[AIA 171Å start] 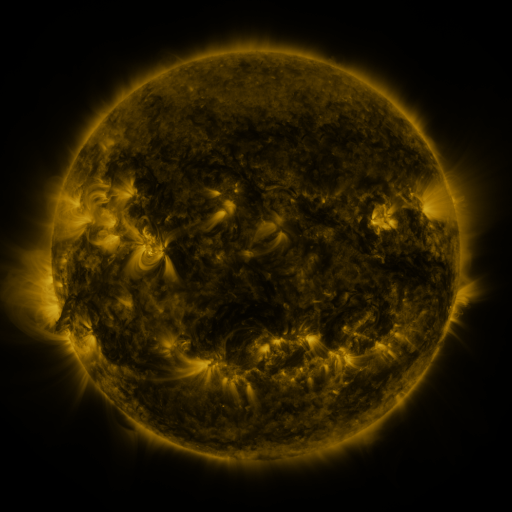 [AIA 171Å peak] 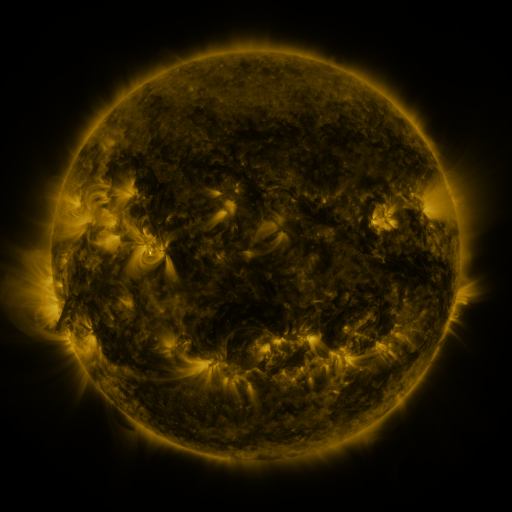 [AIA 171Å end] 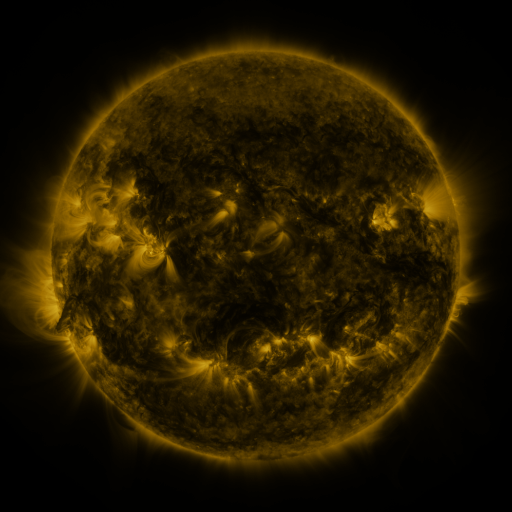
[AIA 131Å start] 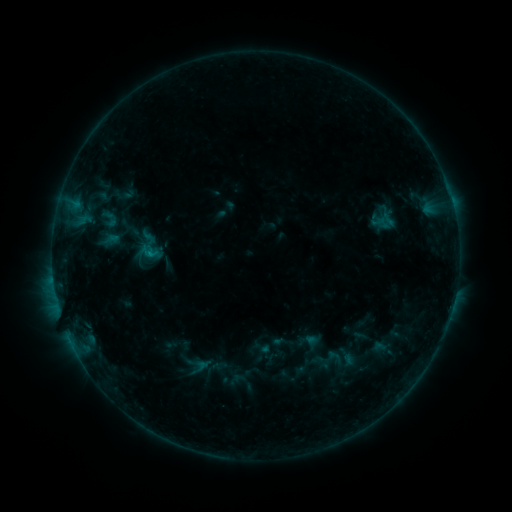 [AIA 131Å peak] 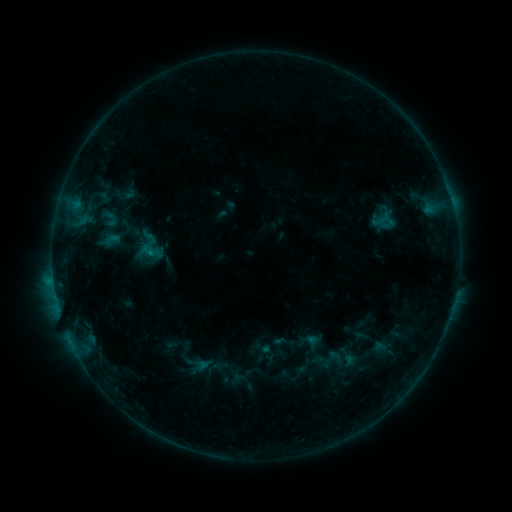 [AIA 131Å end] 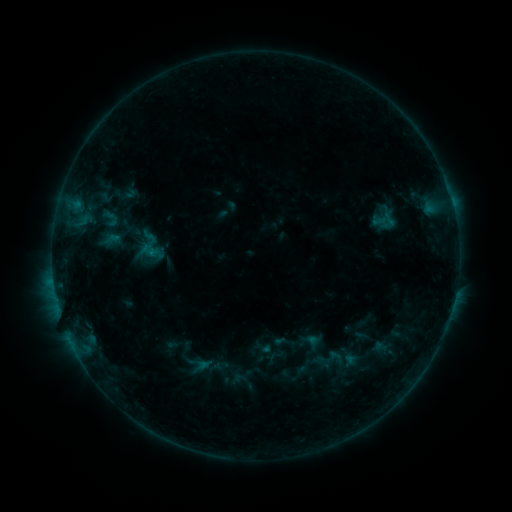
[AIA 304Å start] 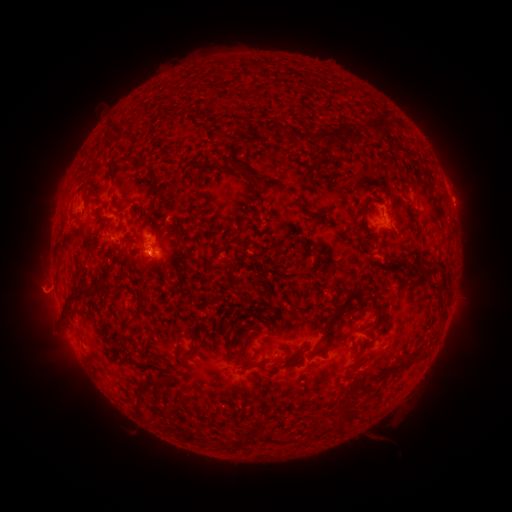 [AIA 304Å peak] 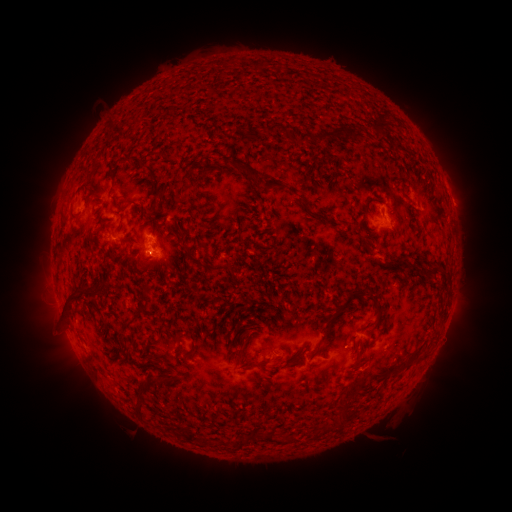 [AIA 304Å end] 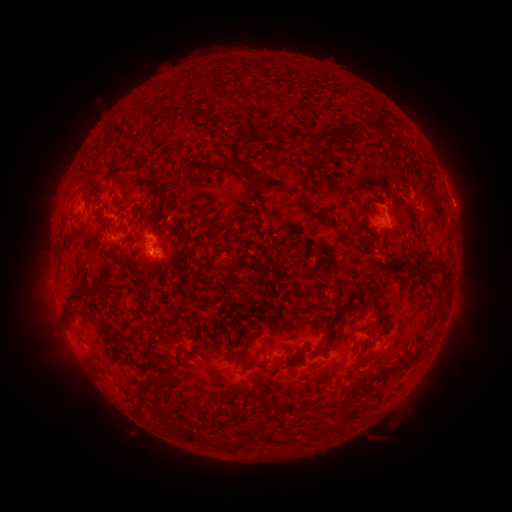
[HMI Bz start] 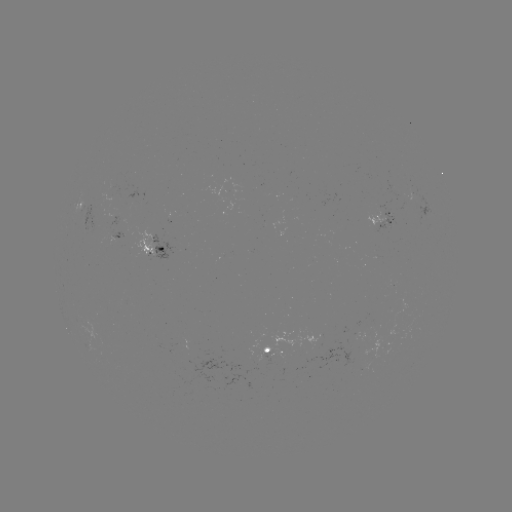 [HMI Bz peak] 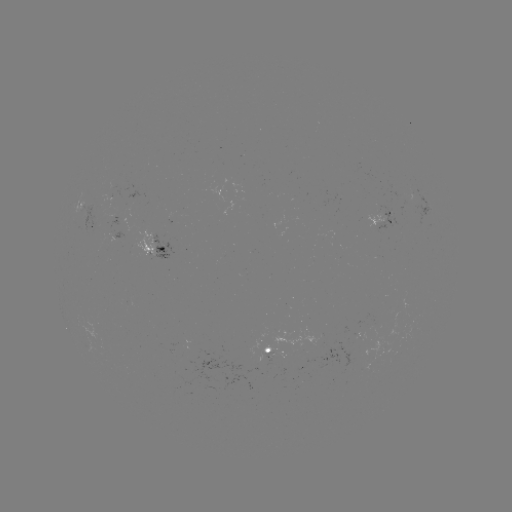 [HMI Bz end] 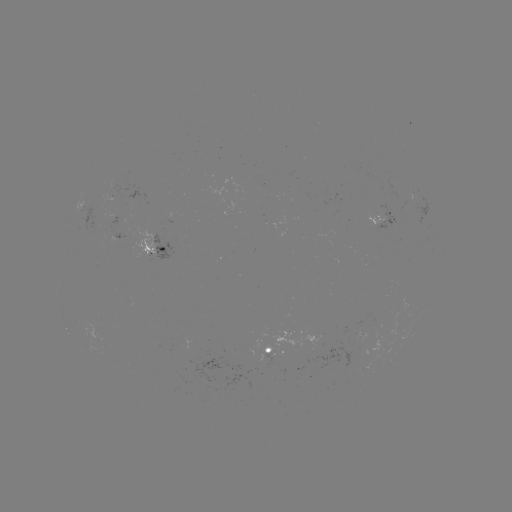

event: flare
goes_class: B7.2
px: (54, 277)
